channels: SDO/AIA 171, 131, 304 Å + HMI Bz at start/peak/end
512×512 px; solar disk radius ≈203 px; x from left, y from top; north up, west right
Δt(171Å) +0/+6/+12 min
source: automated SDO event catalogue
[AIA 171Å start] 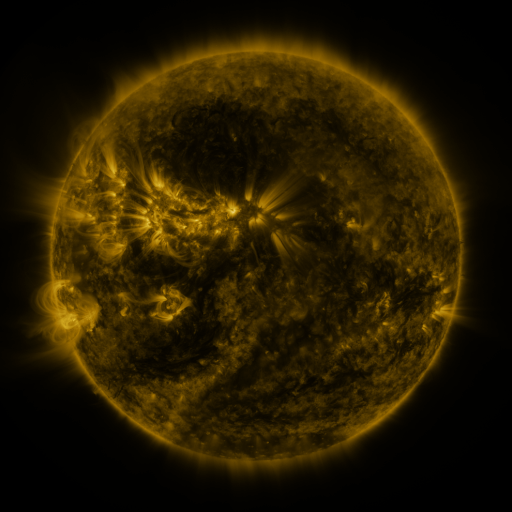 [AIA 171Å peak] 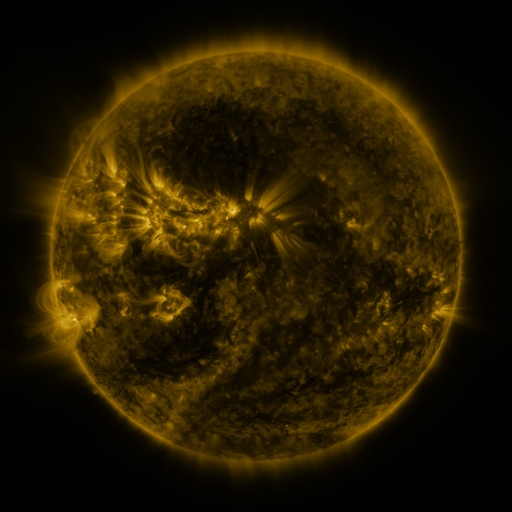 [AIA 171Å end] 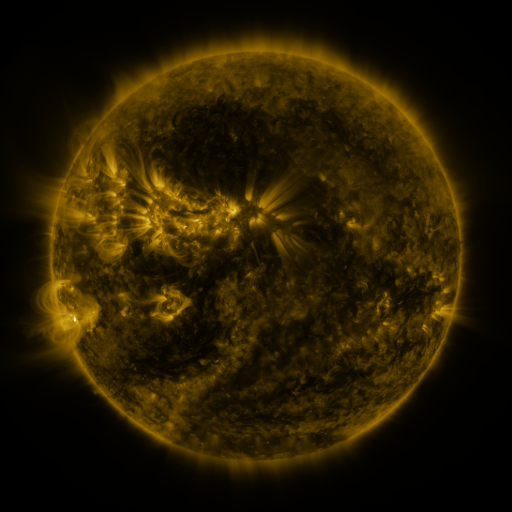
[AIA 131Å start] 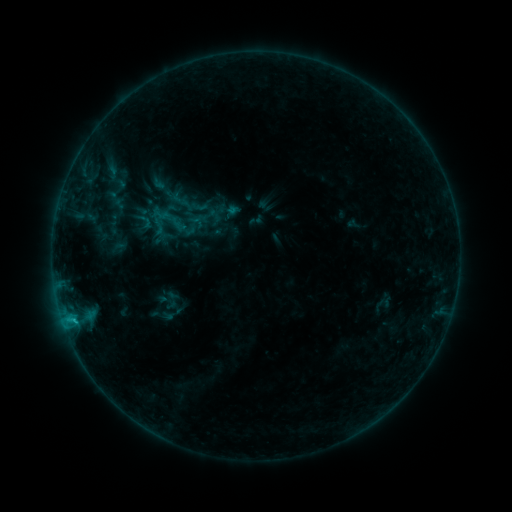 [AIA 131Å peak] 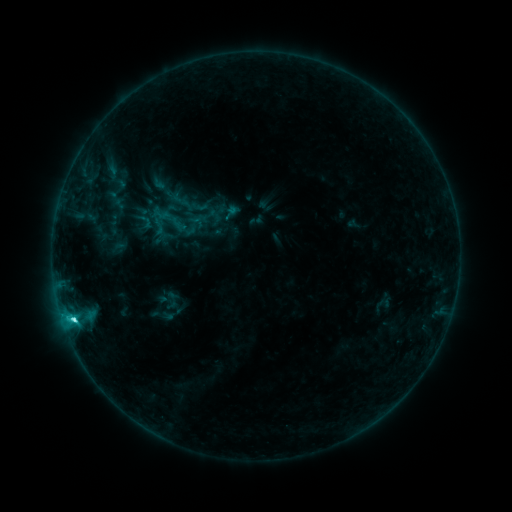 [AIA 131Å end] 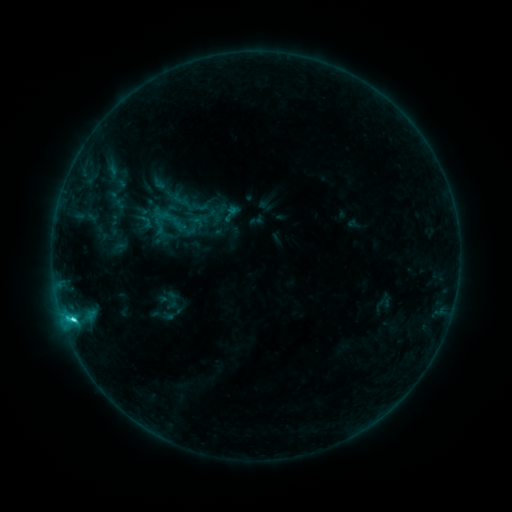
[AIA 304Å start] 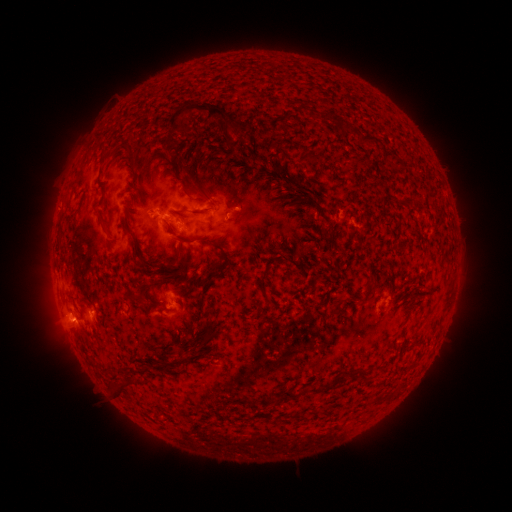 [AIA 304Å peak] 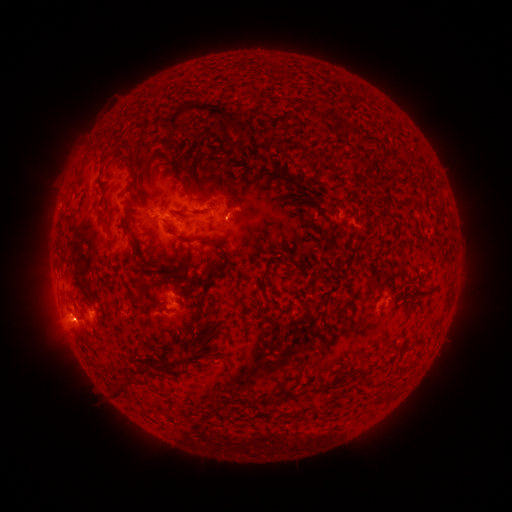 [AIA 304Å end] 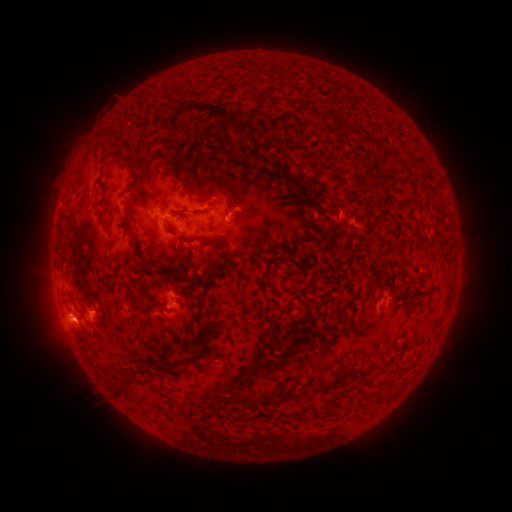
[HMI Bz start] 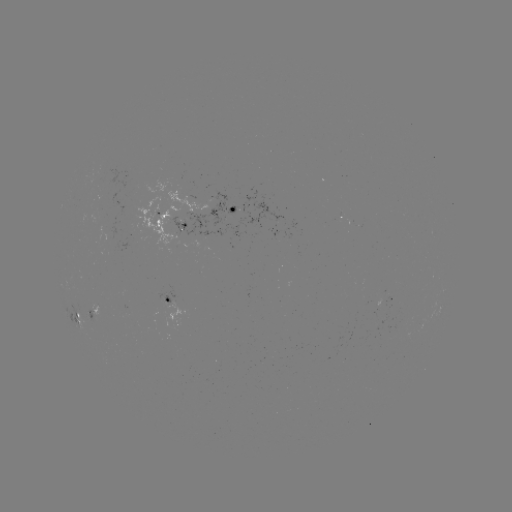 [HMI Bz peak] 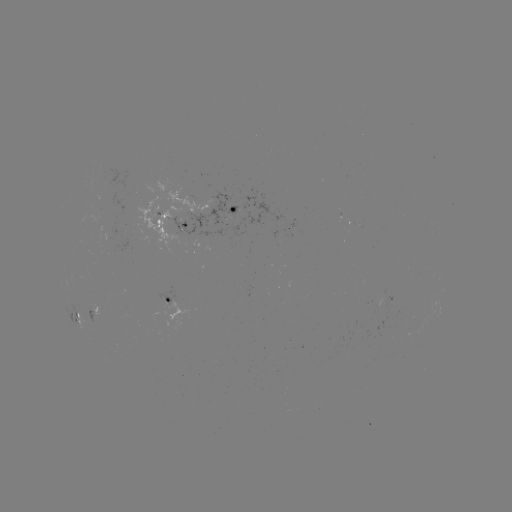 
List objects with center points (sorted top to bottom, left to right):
C3.4 flare: (74, 319)
